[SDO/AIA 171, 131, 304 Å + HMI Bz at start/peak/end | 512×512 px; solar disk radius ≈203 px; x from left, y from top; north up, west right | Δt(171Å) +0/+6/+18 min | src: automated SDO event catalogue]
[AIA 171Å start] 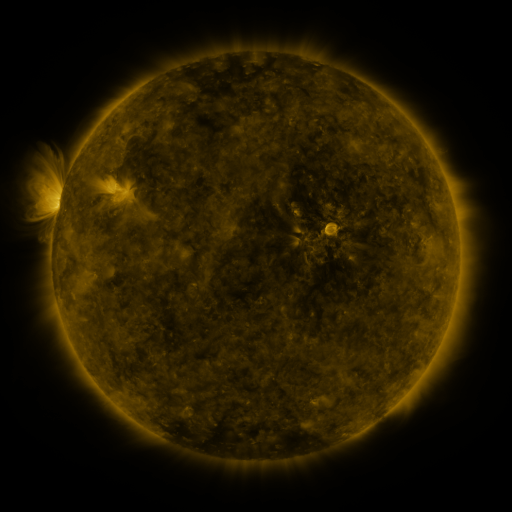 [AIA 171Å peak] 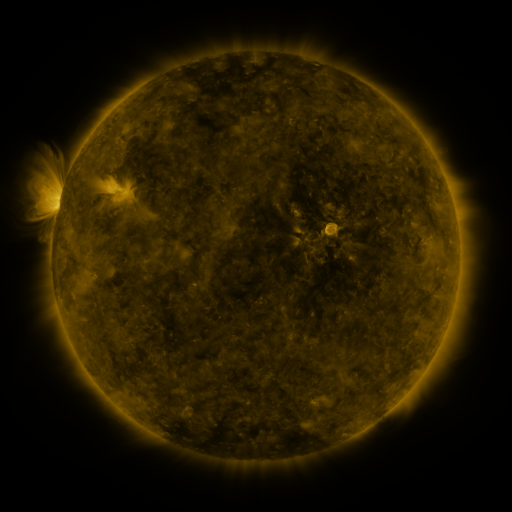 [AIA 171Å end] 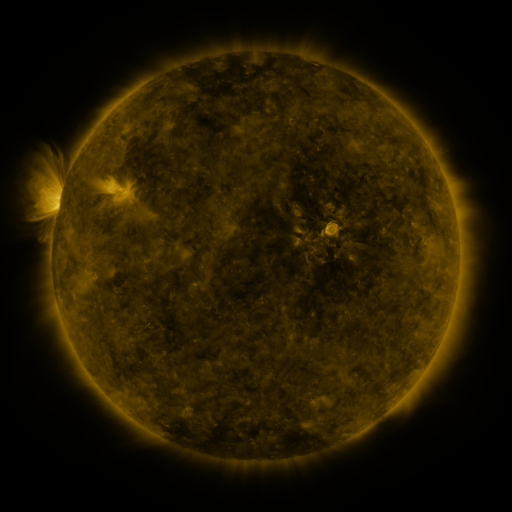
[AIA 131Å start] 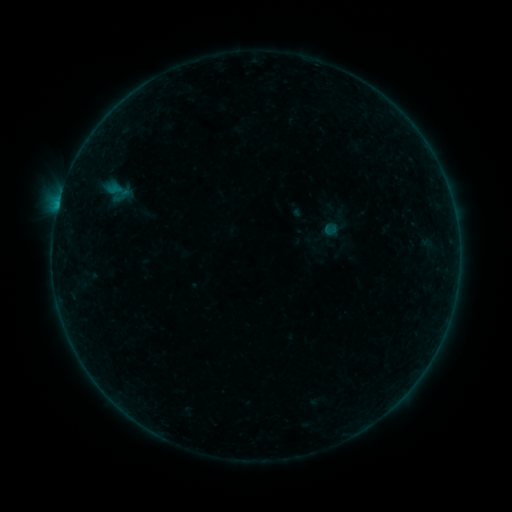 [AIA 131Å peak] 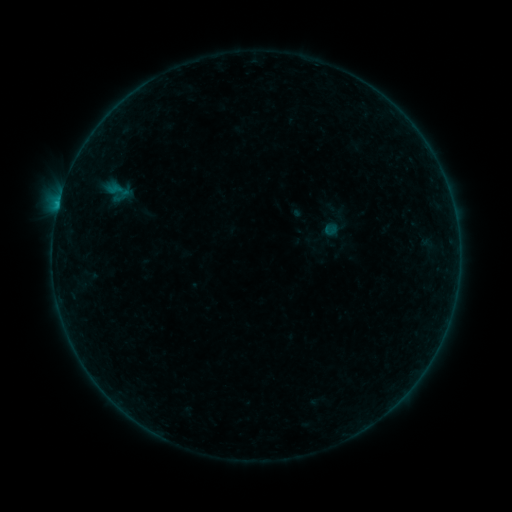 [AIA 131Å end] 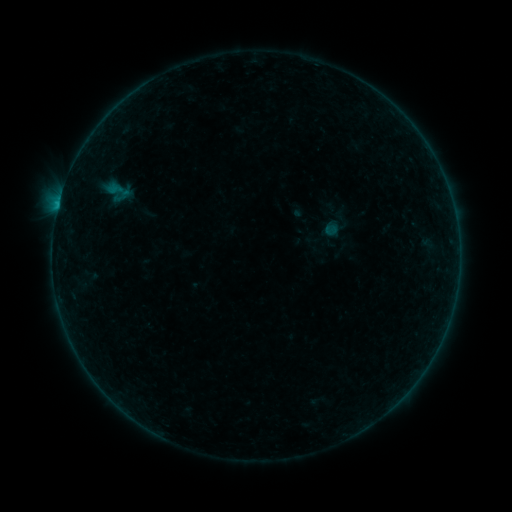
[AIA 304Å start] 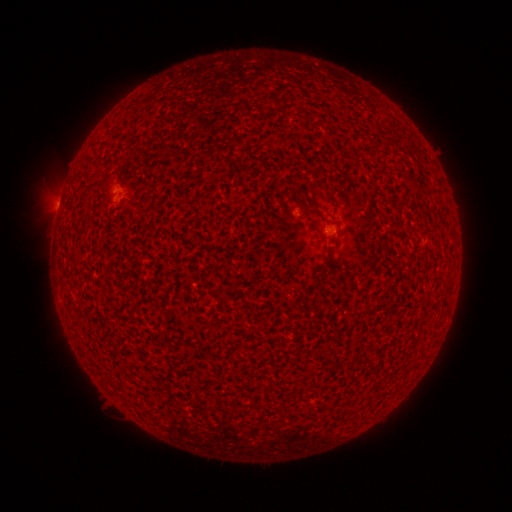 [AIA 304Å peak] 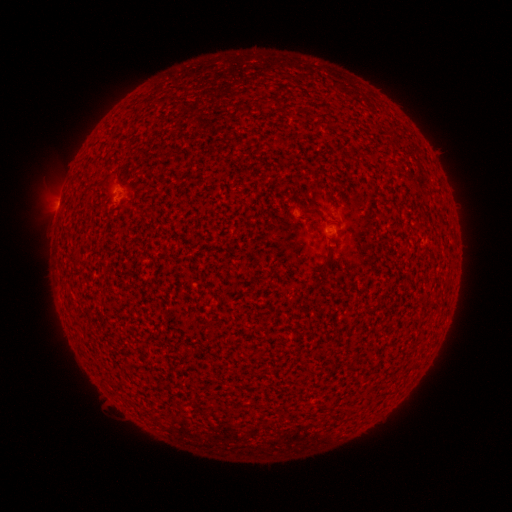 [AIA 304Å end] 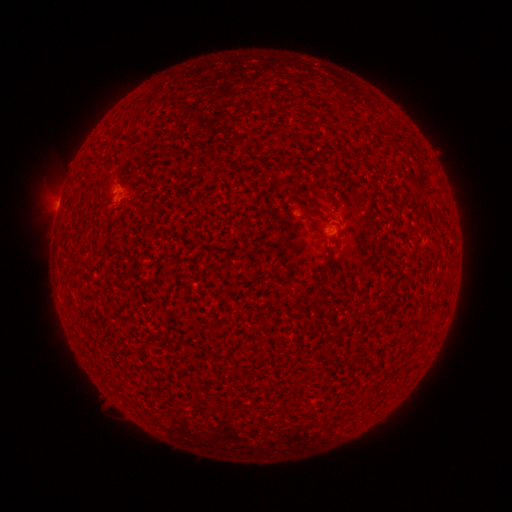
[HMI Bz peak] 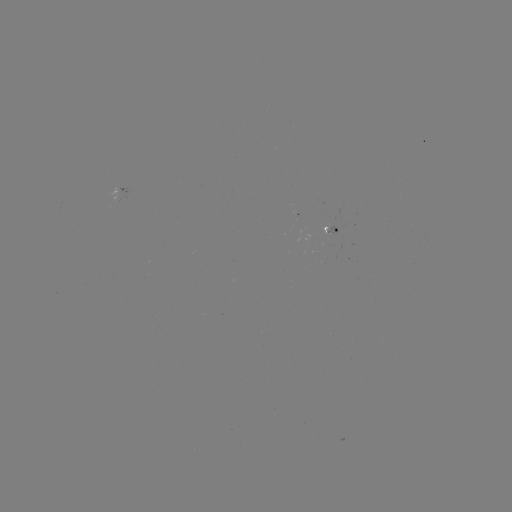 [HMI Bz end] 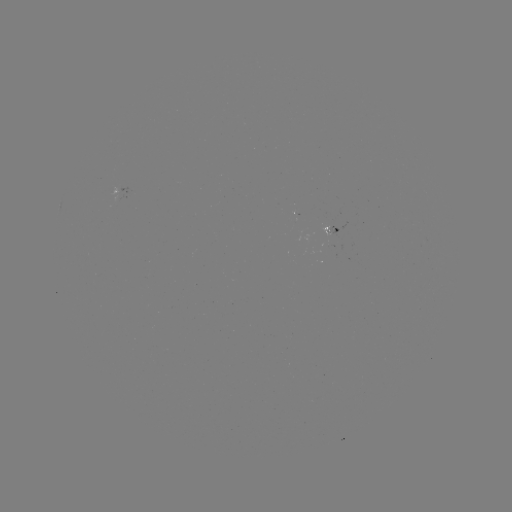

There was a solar flare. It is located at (58, 206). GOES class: B1.7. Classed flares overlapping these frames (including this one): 1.